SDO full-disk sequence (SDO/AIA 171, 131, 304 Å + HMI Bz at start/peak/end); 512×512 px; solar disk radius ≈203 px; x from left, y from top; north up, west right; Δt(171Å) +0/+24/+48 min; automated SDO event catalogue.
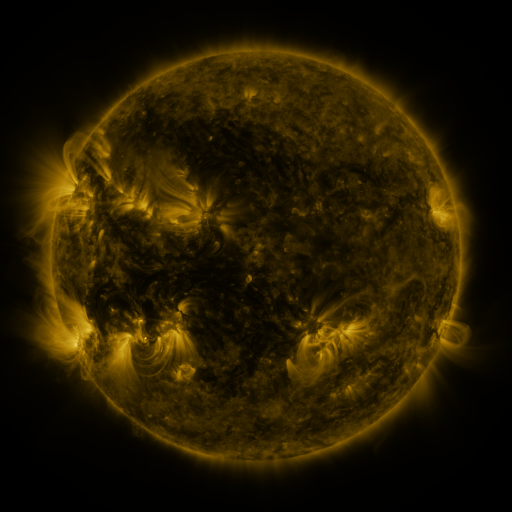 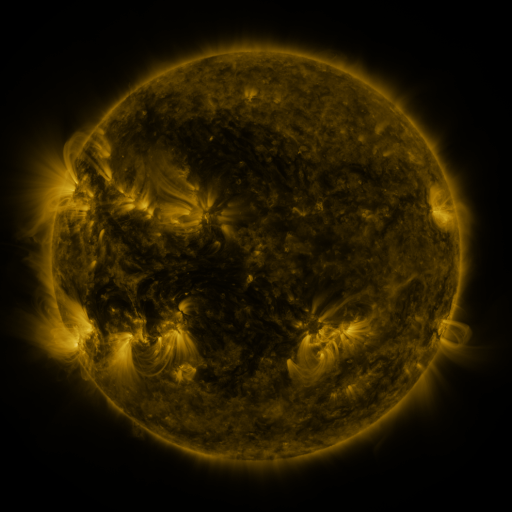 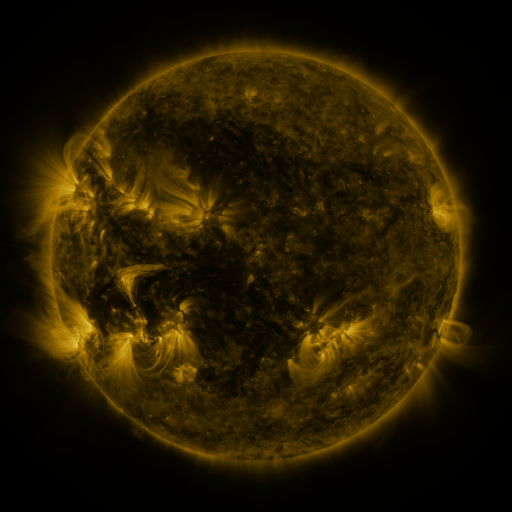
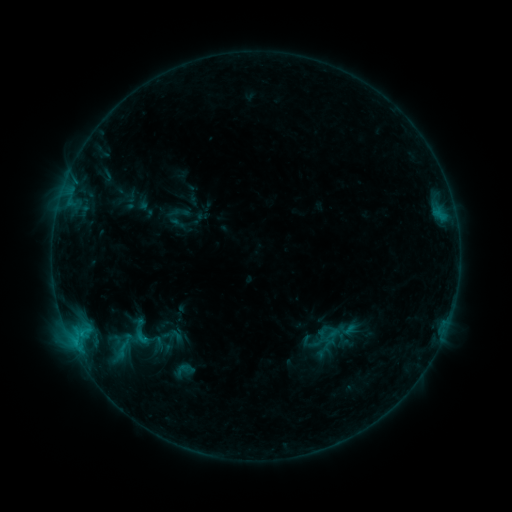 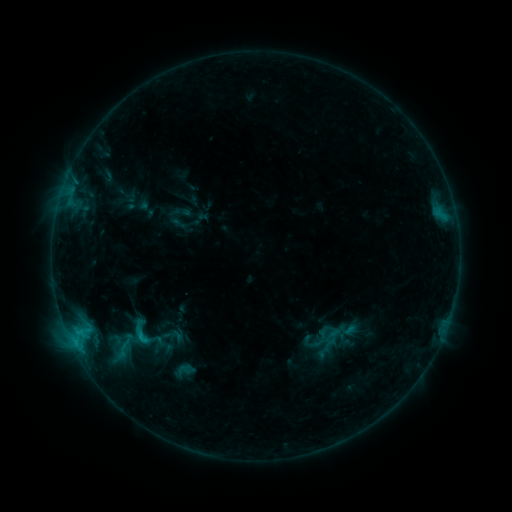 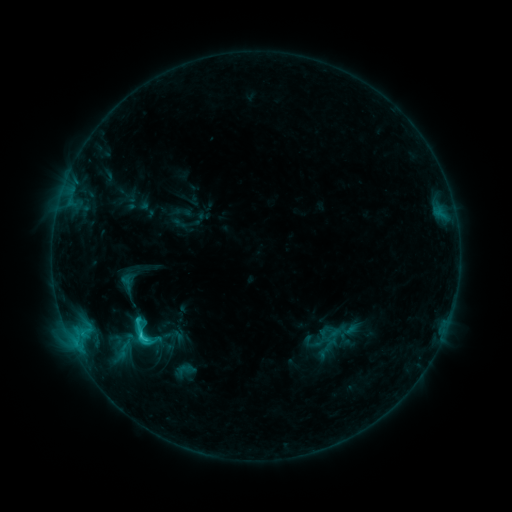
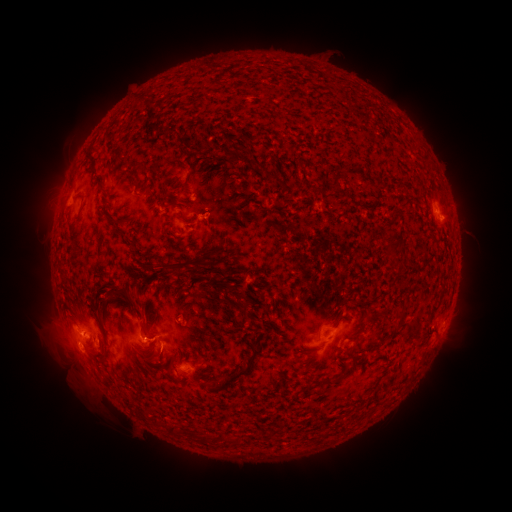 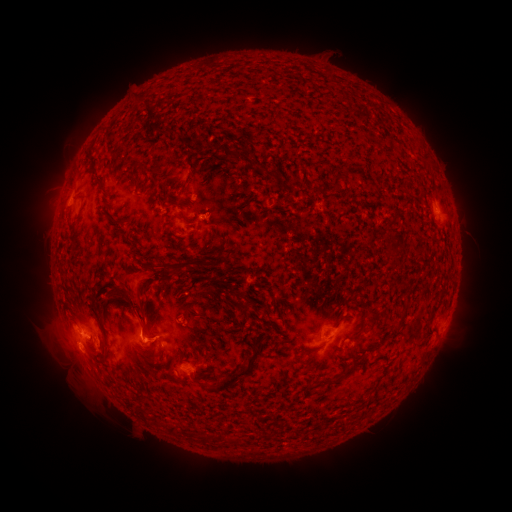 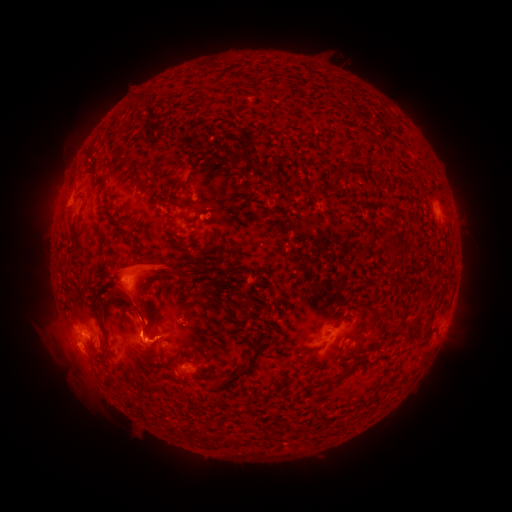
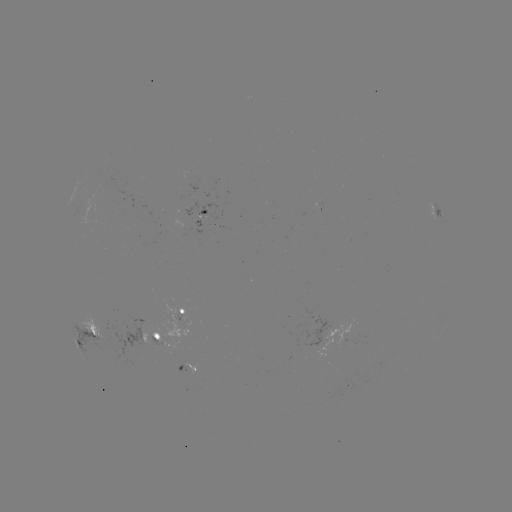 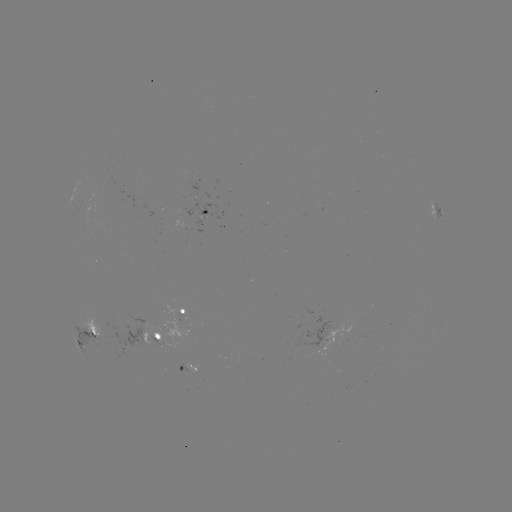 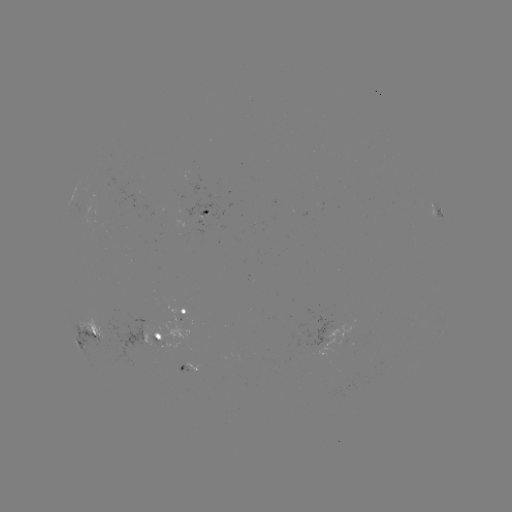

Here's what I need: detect eruption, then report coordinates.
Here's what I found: eruption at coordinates [135, 282].